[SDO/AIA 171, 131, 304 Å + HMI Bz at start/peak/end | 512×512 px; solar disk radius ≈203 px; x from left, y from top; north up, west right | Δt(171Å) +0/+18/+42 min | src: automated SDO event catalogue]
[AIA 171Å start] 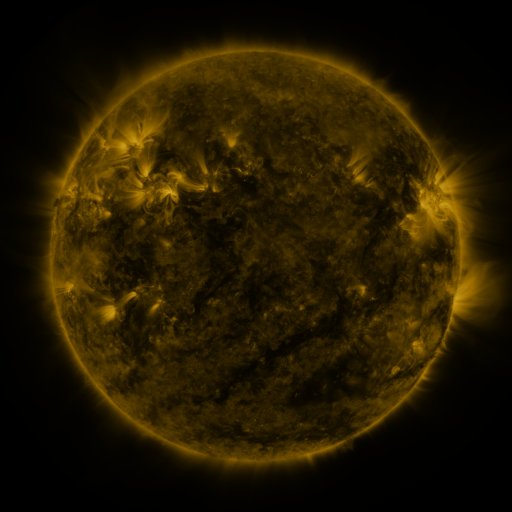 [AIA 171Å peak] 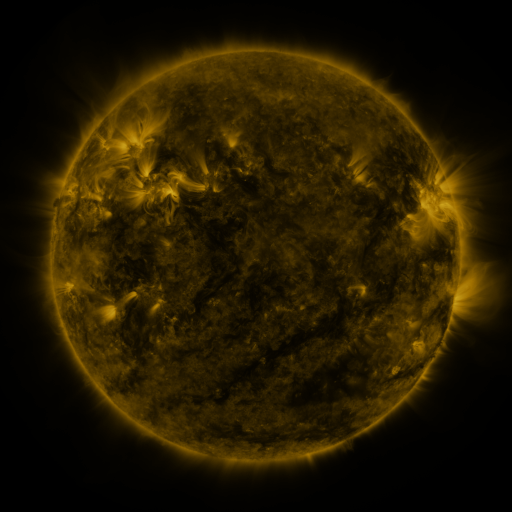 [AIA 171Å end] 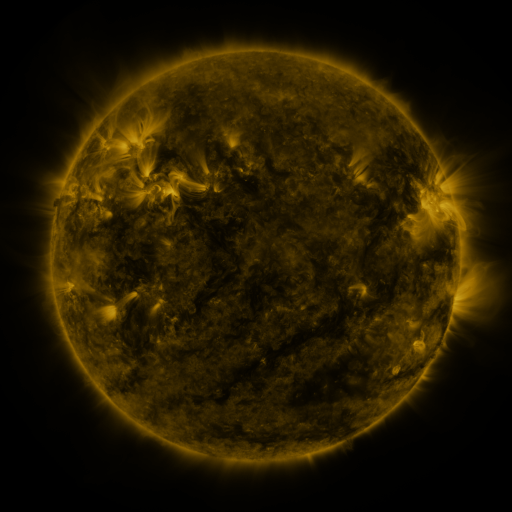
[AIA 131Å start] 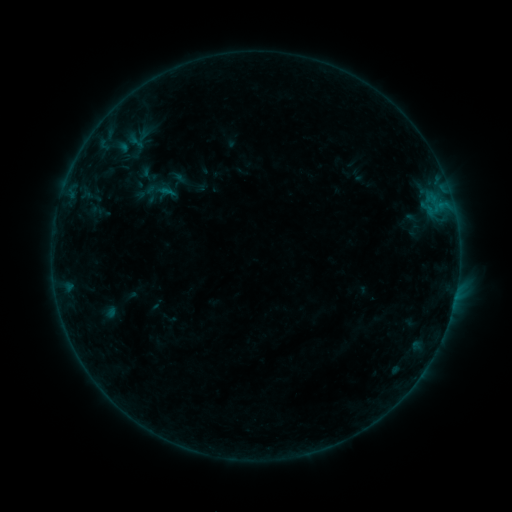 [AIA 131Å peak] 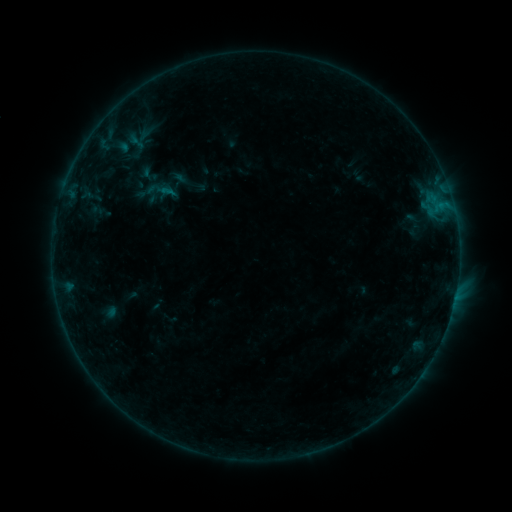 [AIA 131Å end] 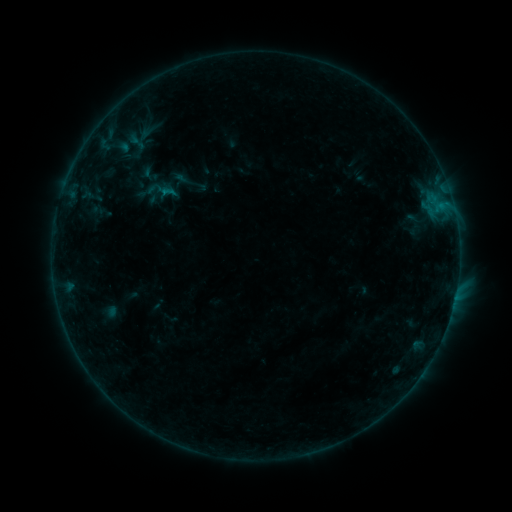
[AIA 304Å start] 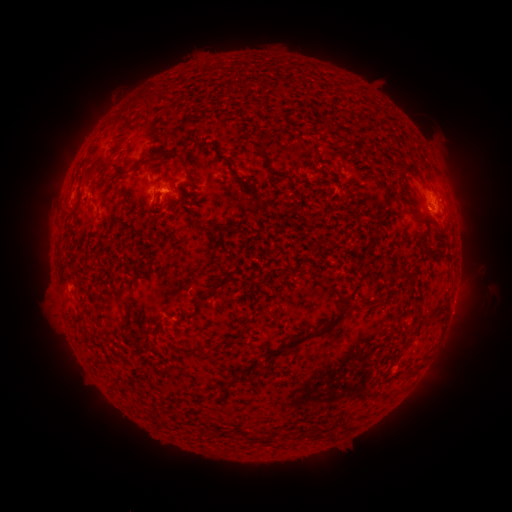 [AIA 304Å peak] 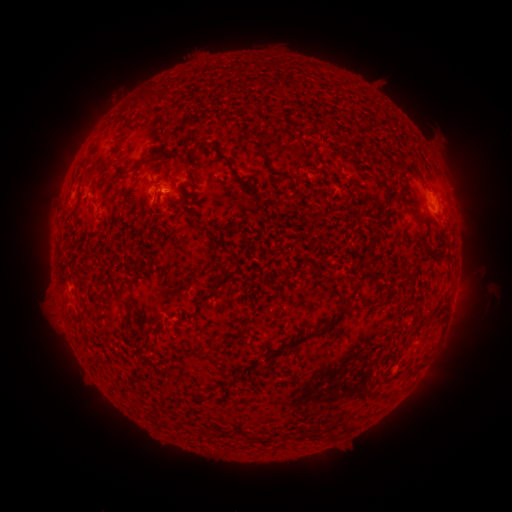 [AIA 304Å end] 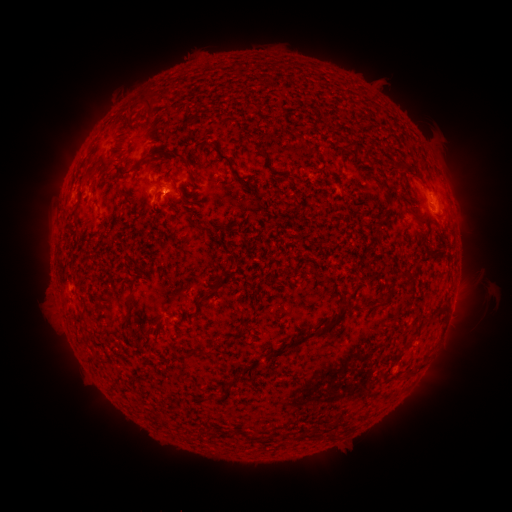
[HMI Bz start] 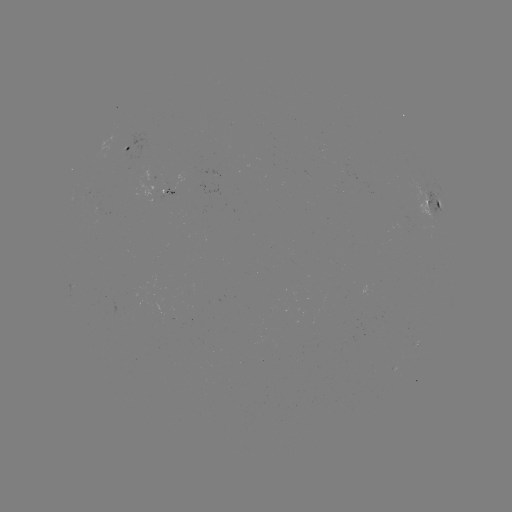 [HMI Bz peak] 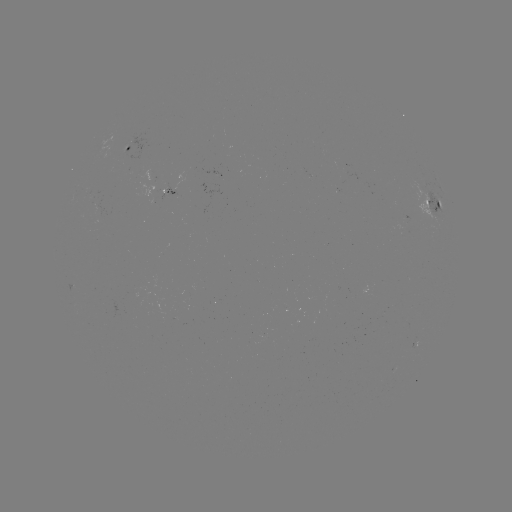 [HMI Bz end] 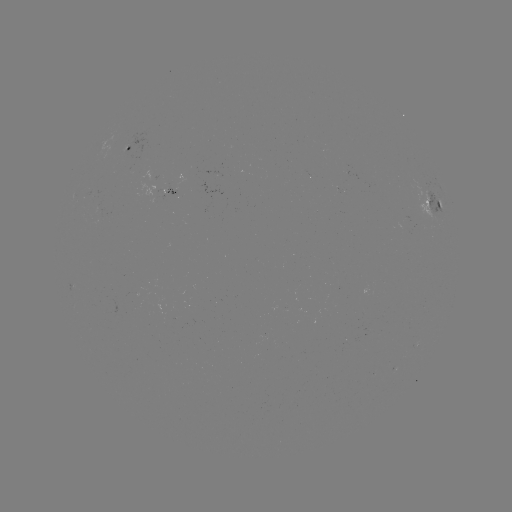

no classed flare was catalogued and no EUV brightening was flagged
